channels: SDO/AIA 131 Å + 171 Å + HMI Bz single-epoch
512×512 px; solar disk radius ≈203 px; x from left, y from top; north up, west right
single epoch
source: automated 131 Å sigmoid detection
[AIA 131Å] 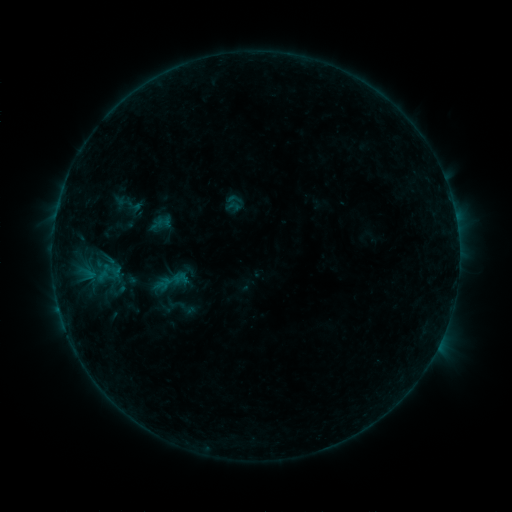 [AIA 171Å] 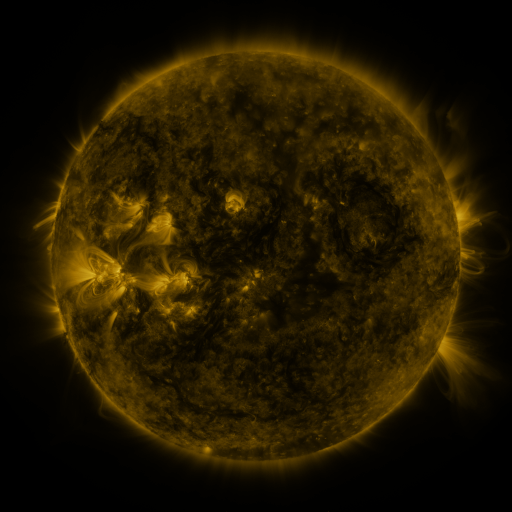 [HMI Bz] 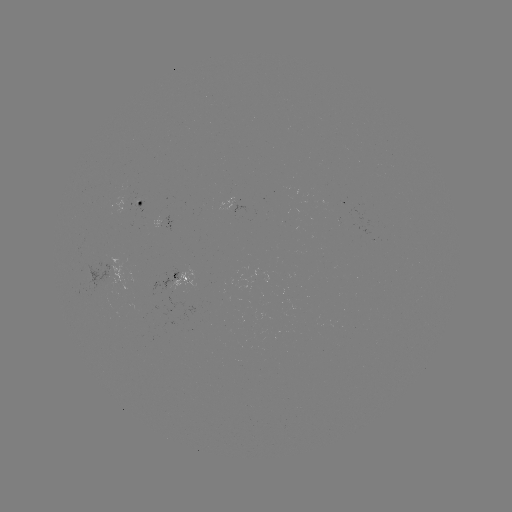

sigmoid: [148, 262, 192, 301]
